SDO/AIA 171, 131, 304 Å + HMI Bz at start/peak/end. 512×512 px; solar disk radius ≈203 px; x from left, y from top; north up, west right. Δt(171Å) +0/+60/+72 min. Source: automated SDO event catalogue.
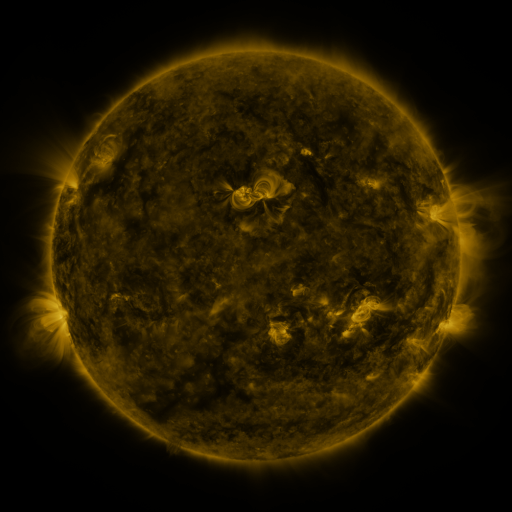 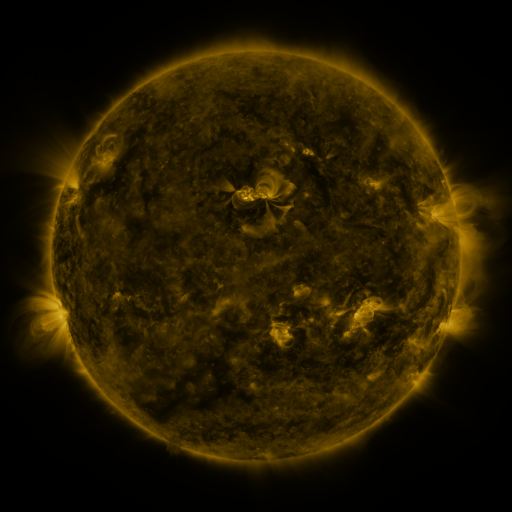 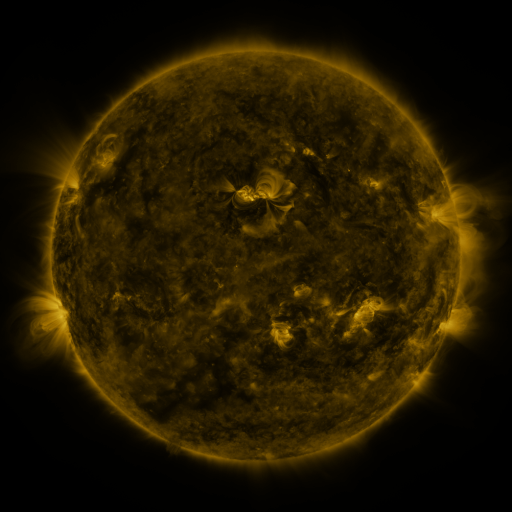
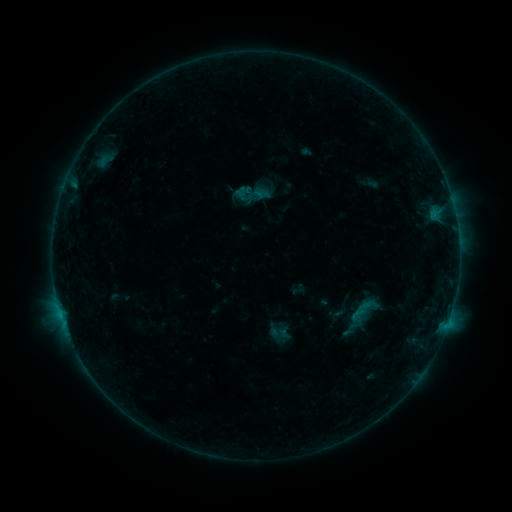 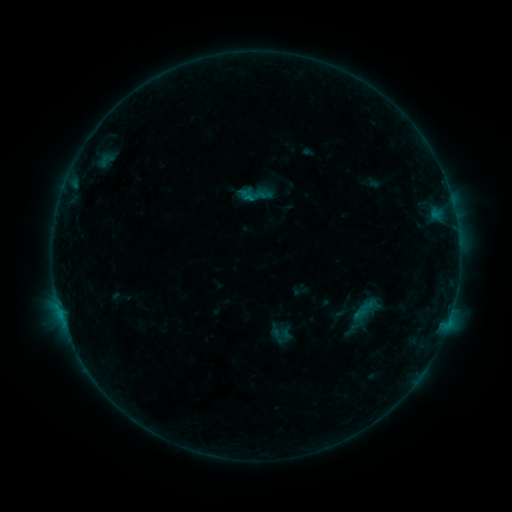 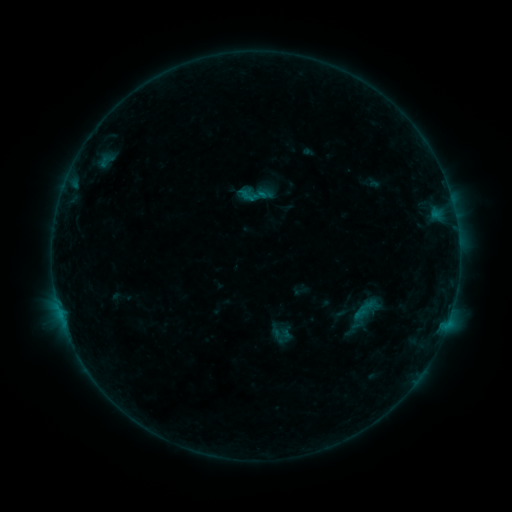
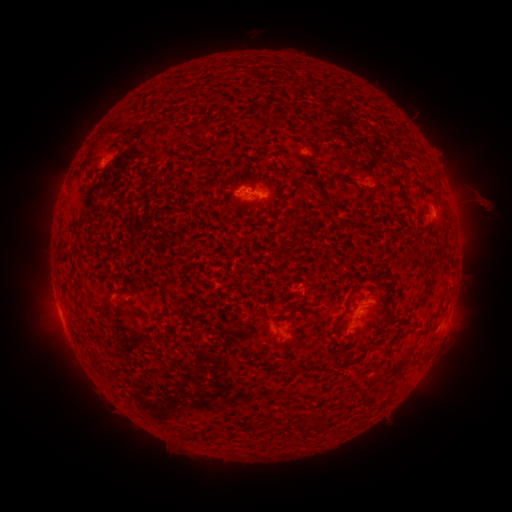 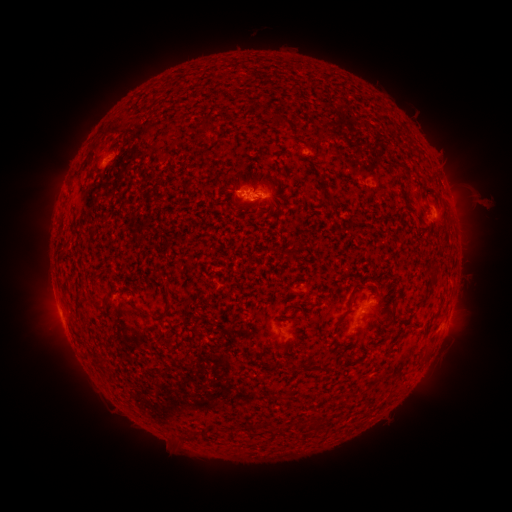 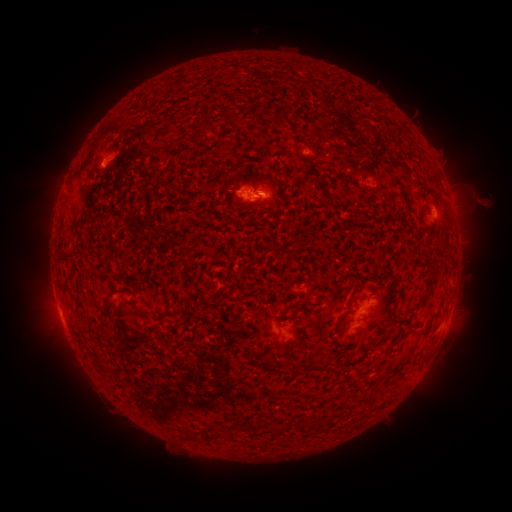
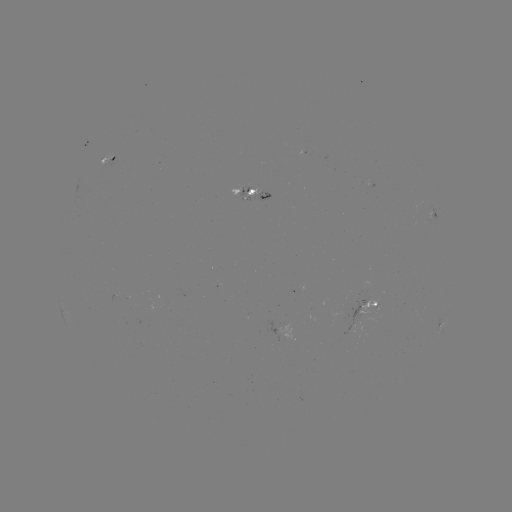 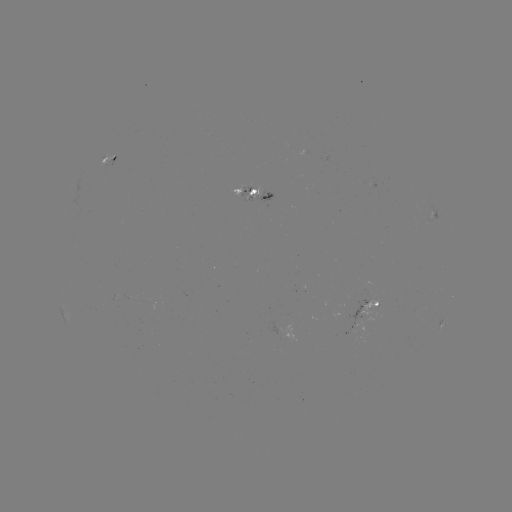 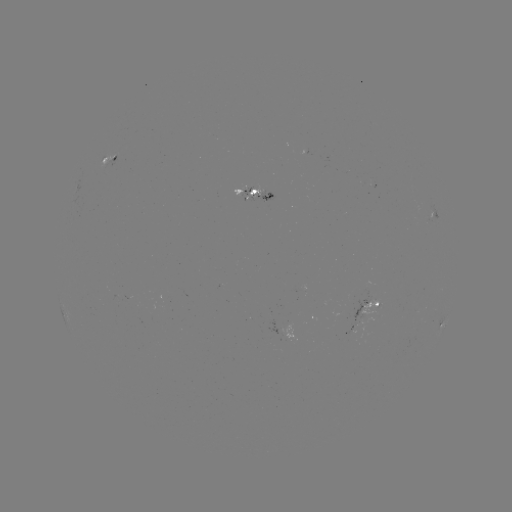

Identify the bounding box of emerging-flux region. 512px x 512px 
[246, 184, 258, 201].